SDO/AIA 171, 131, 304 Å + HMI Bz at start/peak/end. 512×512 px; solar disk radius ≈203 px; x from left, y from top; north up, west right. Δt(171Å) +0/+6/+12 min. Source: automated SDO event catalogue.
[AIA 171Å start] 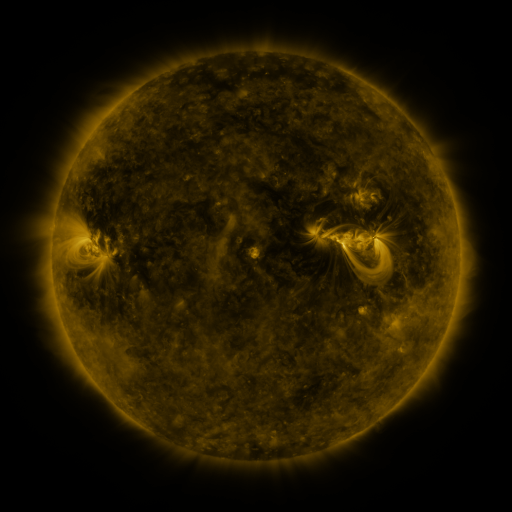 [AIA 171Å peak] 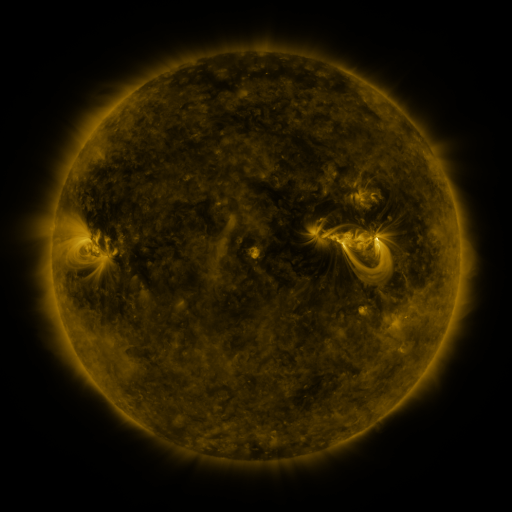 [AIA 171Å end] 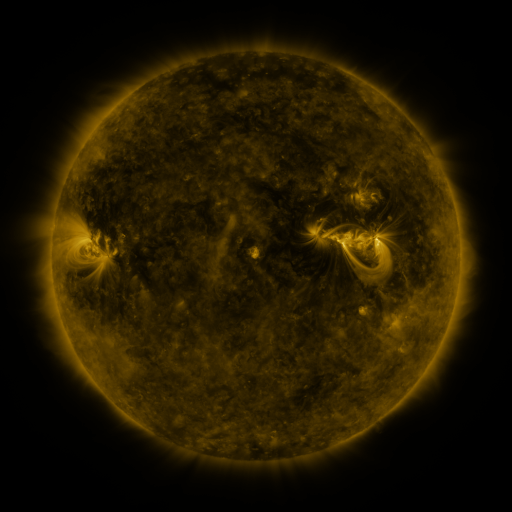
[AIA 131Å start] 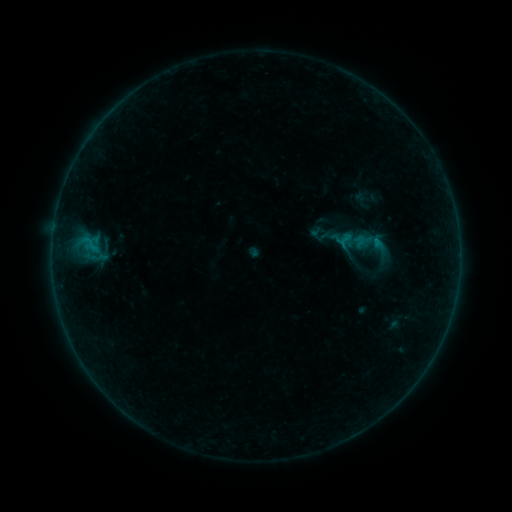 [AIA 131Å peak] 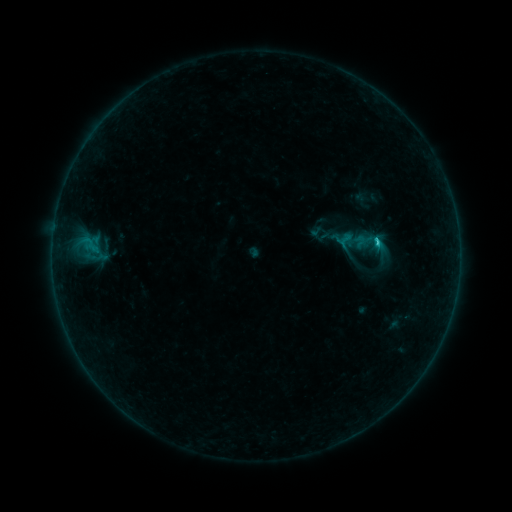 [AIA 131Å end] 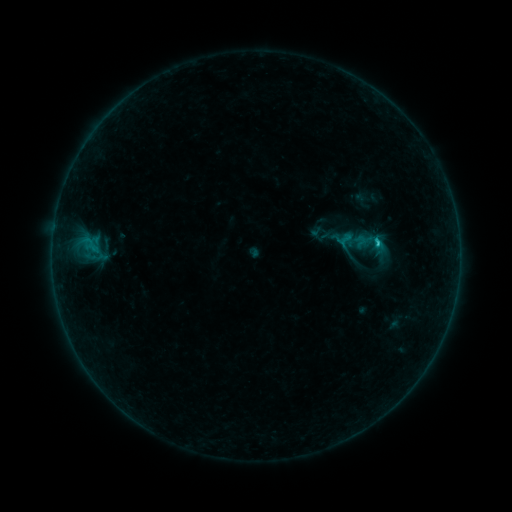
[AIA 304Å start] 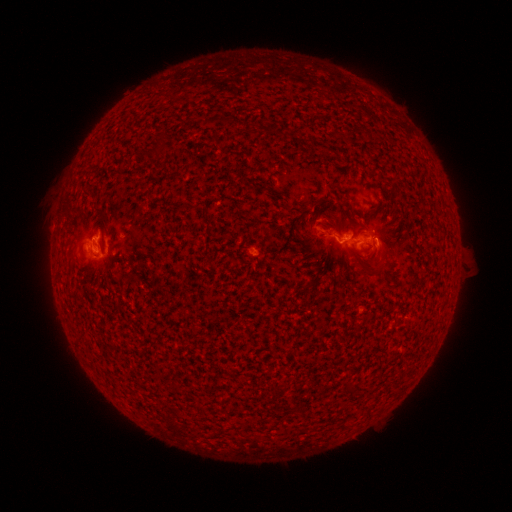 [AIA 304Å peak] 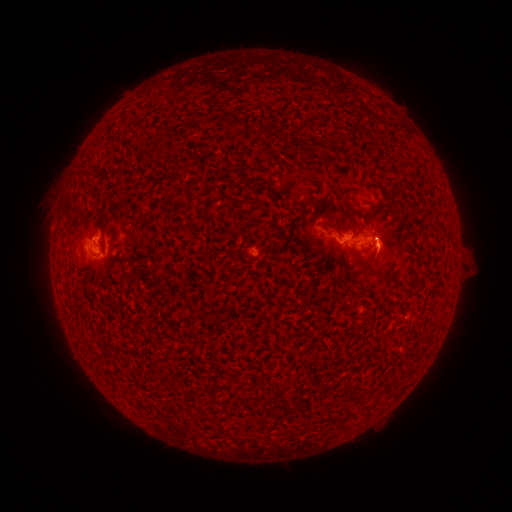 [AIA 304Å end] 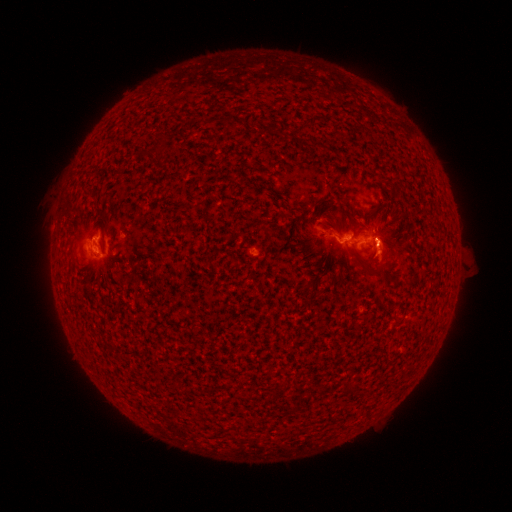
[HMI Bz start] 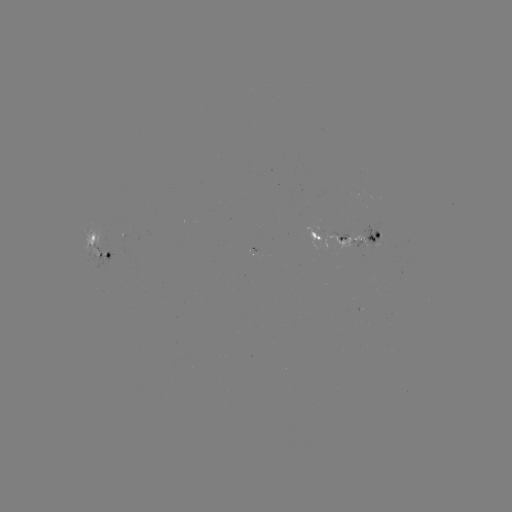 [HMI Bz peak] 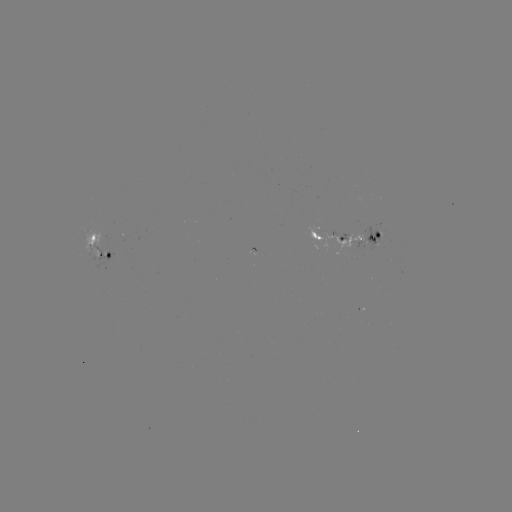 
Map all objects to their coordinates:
C1.9 flare: (377, 243)
